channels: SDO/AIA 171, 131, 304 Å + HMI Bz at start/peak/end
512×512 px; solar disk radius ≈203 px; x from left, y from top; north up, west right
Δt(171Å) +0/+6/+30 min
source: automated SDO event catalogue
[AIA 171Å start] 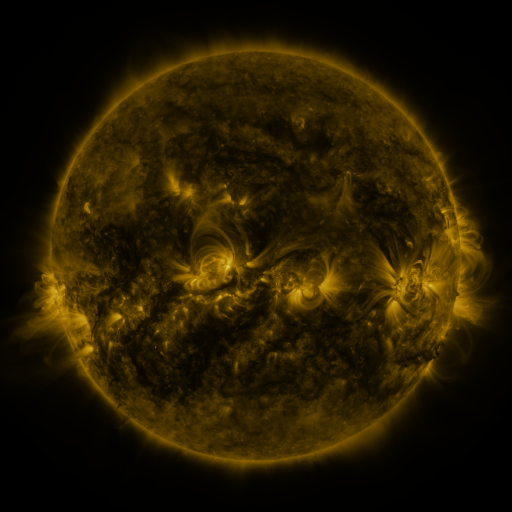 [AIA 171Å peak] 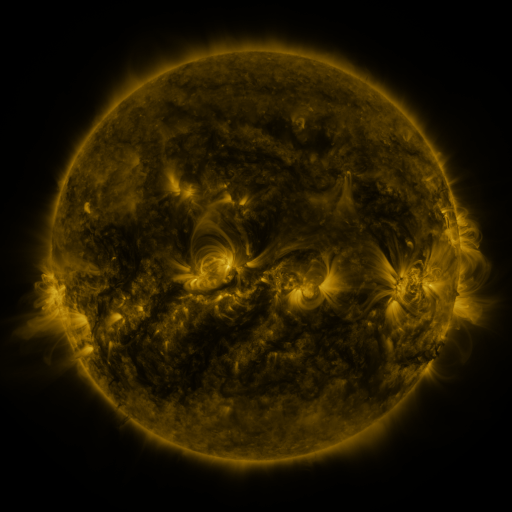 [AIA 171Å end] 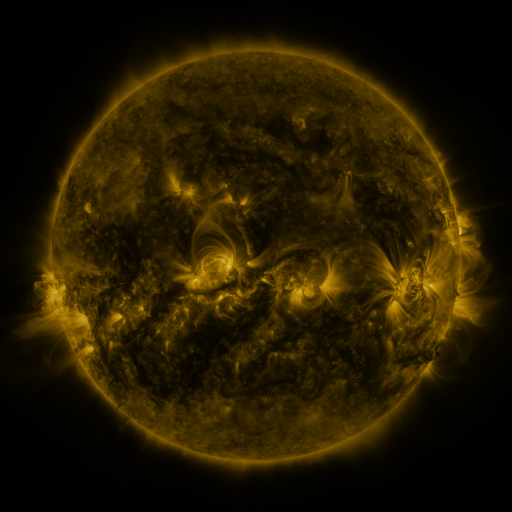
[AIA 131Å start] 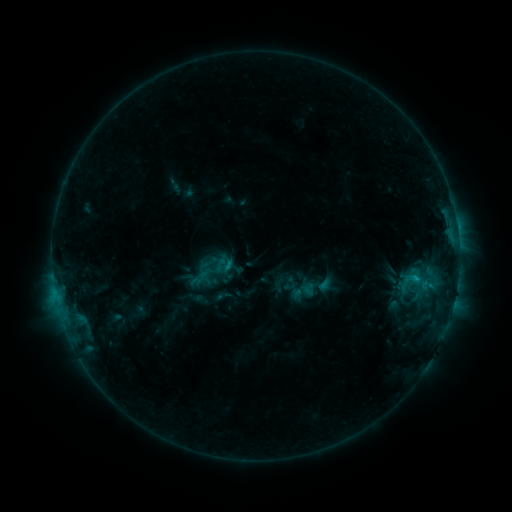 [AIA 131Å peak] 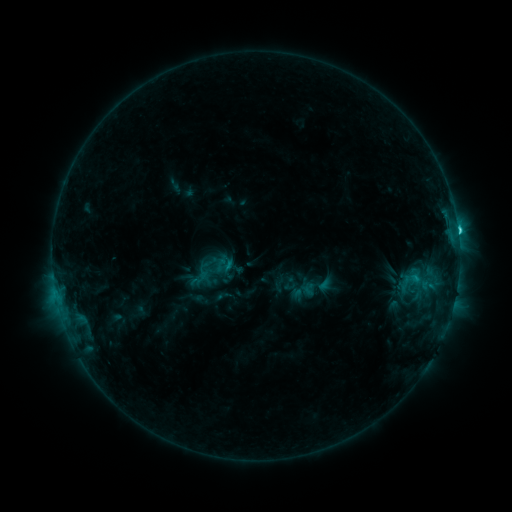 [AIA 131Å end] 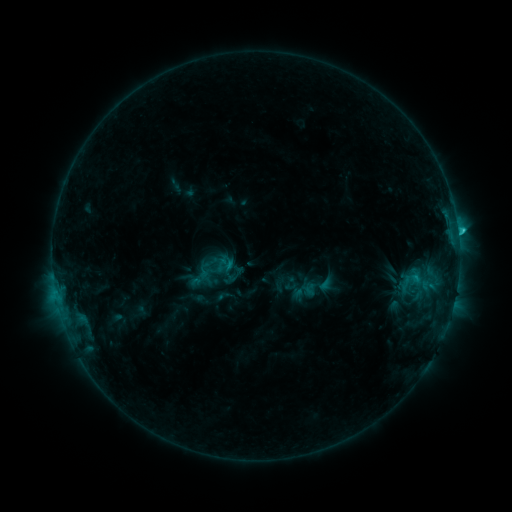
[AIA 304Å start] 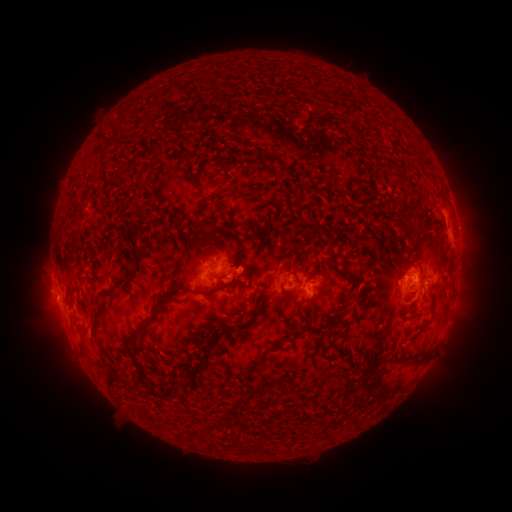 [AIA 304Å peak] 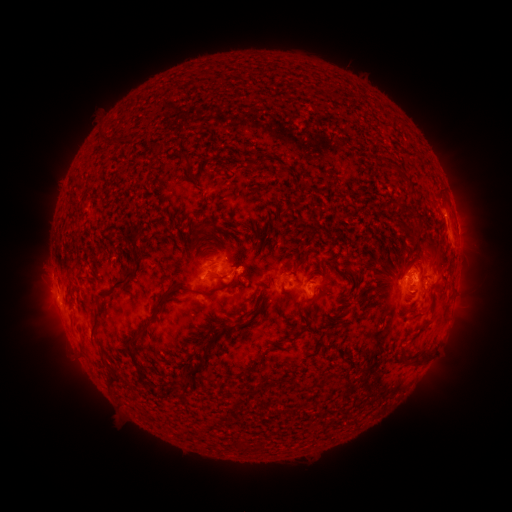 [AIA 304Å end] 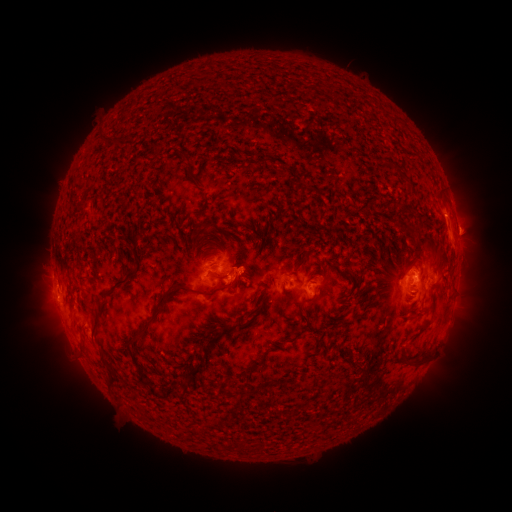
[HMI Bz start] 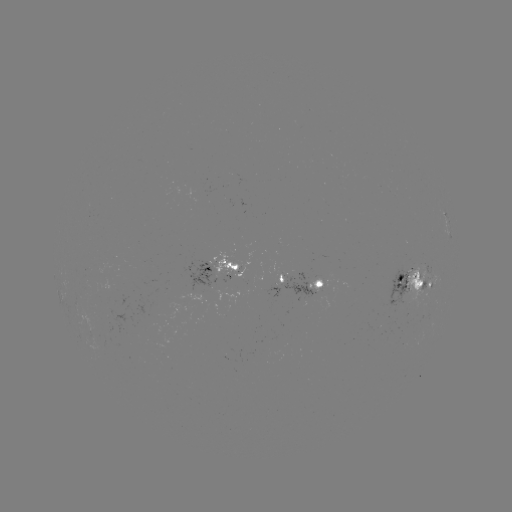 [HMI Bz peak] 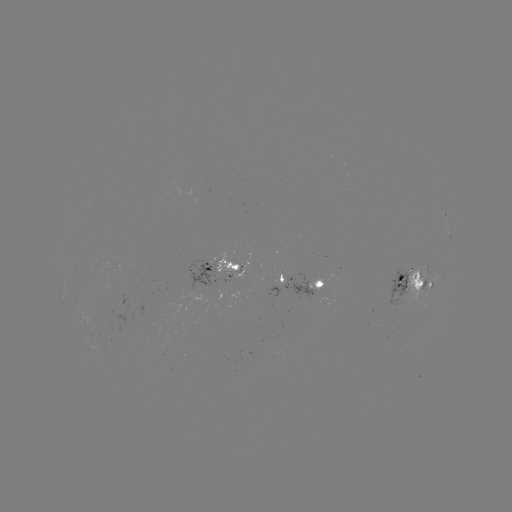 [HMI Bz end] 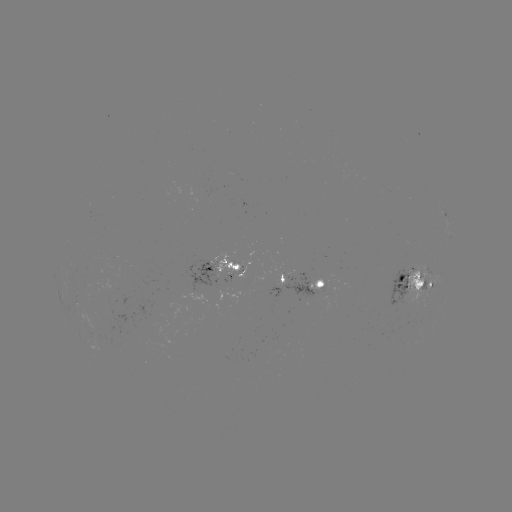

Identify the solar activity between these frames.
C2.3 flare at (457, 230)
